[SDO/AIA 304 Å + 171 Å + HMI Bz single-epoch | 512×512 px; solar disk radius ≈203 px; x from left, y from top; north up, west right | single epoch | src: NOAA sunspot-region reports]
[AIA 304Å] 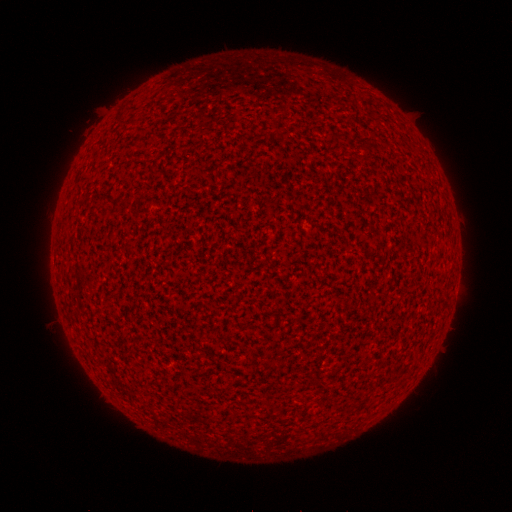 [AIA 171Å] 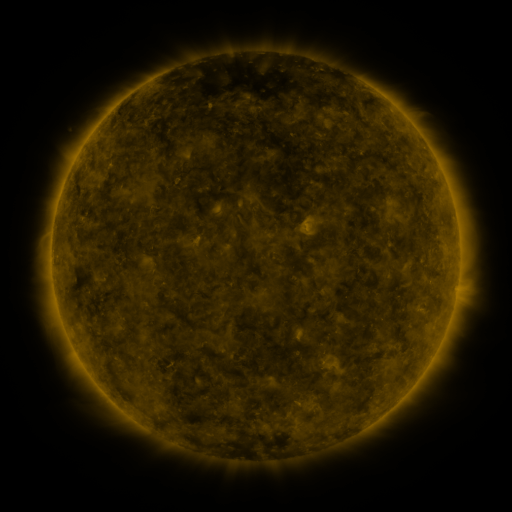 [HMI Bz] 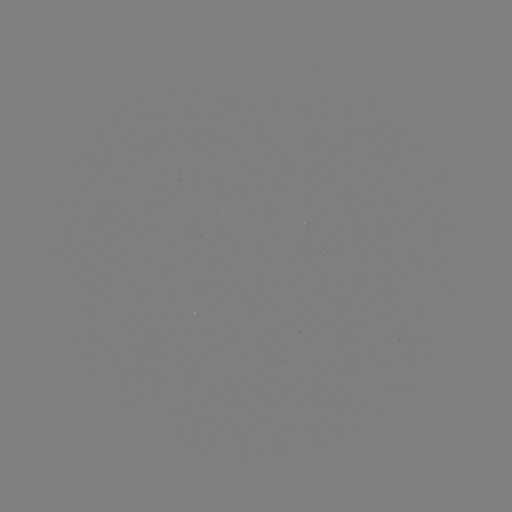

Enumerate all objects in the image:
(none)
